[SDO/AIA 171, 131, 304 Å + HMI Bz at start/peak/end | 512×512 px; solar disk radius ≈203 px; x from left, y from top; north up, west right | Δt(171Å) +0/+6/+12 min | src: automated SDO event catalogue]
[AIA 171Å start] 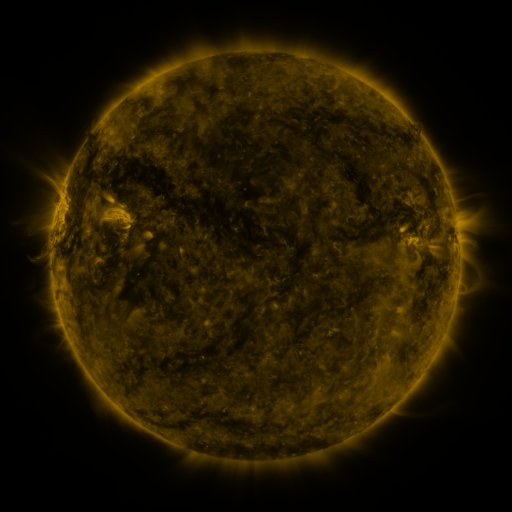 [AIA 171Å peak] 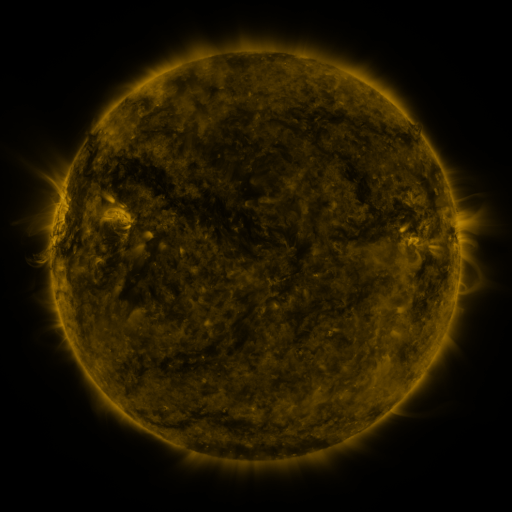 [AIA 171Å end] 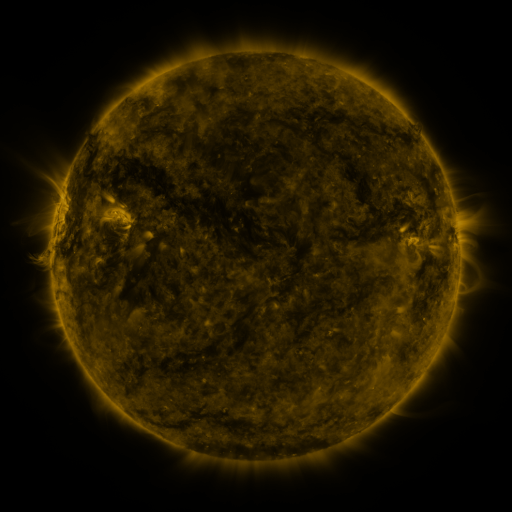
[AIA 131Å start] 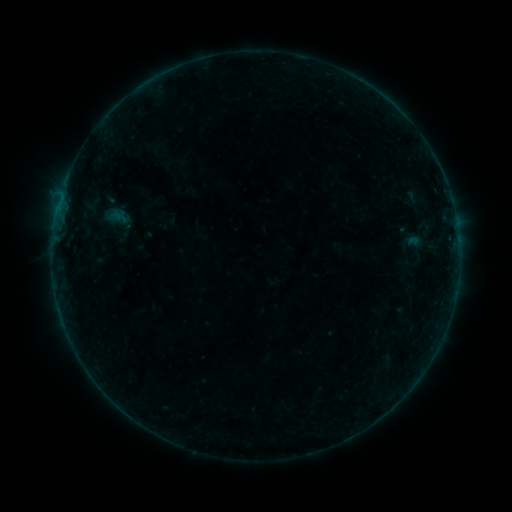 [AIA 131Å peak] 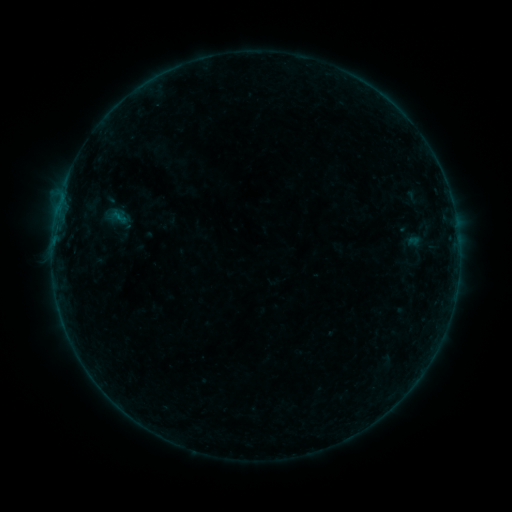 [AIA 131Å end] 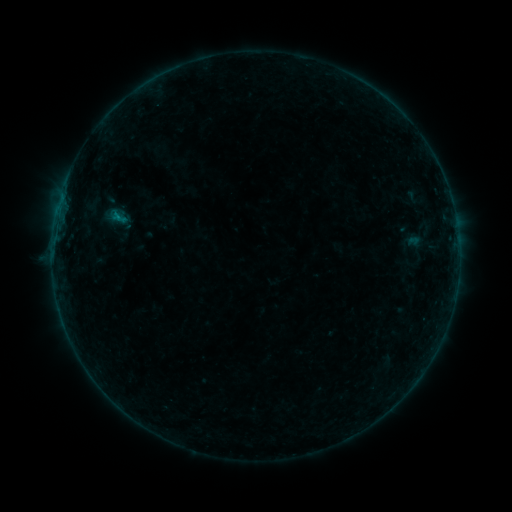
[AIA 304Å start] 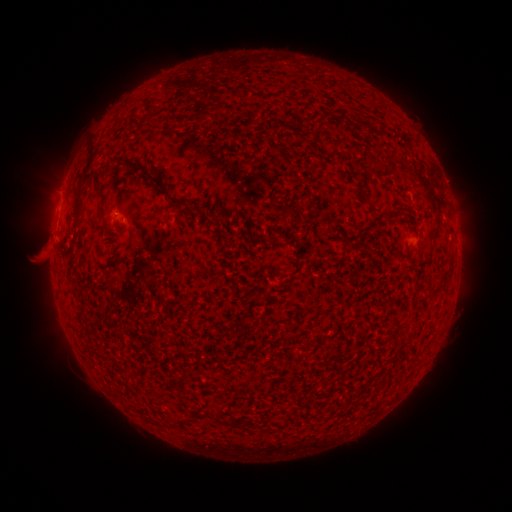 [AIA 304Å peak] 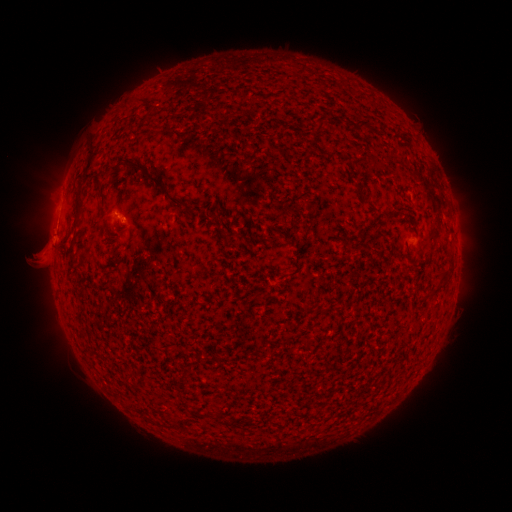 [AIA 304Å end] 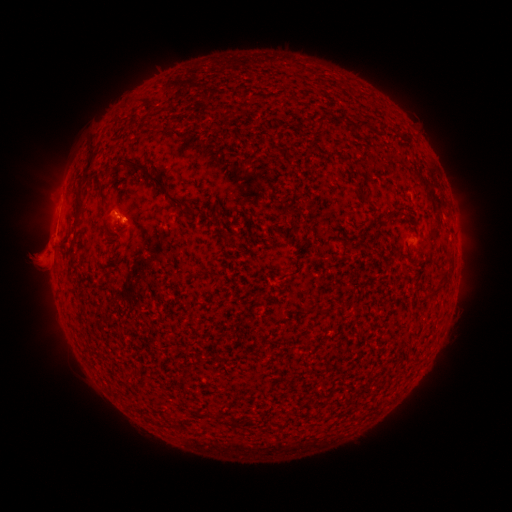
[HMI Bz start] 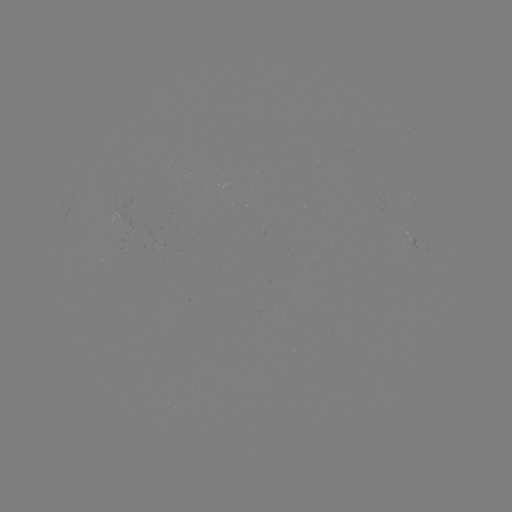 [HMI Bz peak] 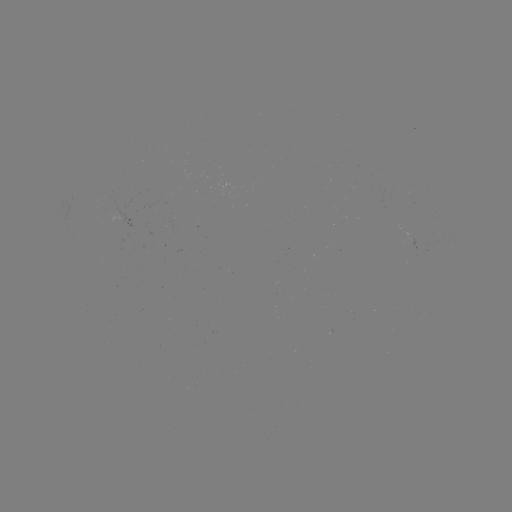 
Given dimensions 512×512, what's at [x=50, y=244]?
eruption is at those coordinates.